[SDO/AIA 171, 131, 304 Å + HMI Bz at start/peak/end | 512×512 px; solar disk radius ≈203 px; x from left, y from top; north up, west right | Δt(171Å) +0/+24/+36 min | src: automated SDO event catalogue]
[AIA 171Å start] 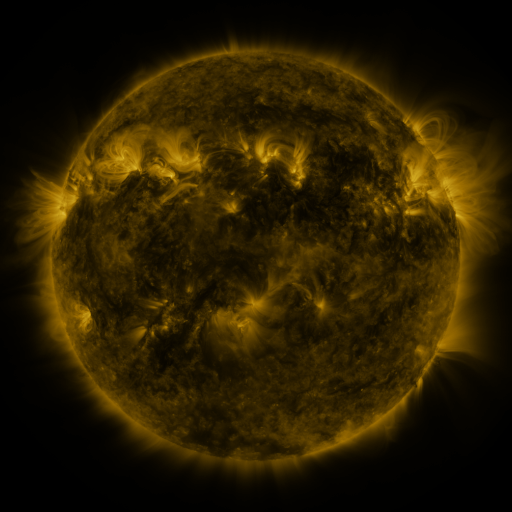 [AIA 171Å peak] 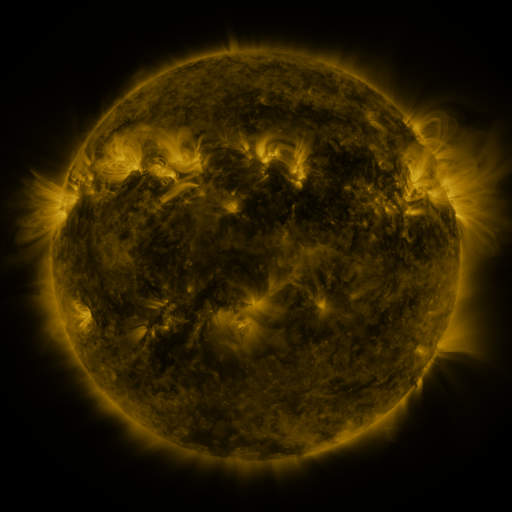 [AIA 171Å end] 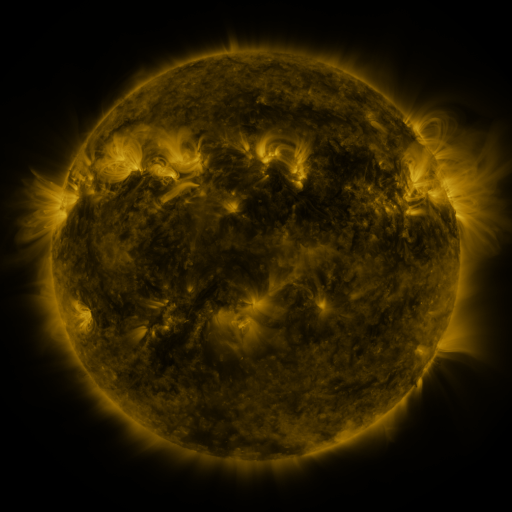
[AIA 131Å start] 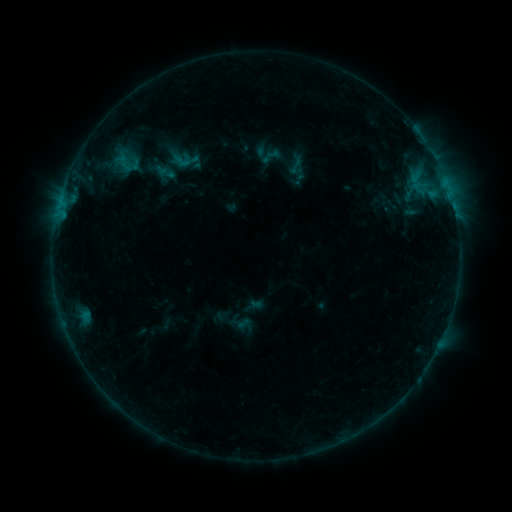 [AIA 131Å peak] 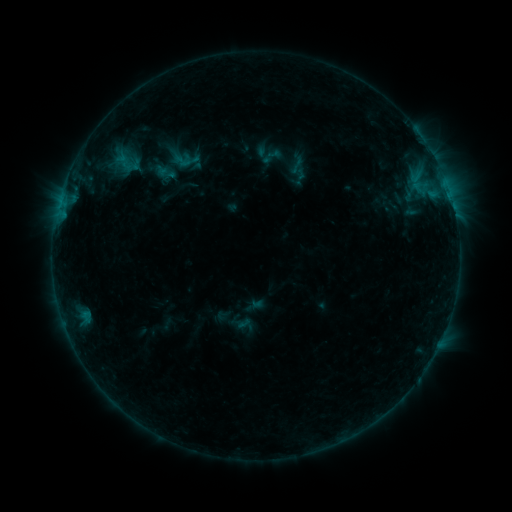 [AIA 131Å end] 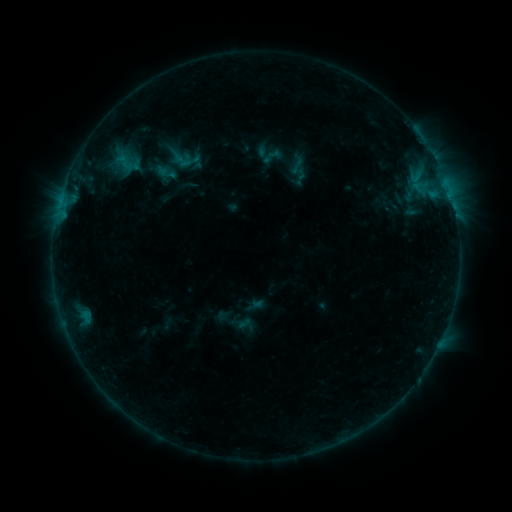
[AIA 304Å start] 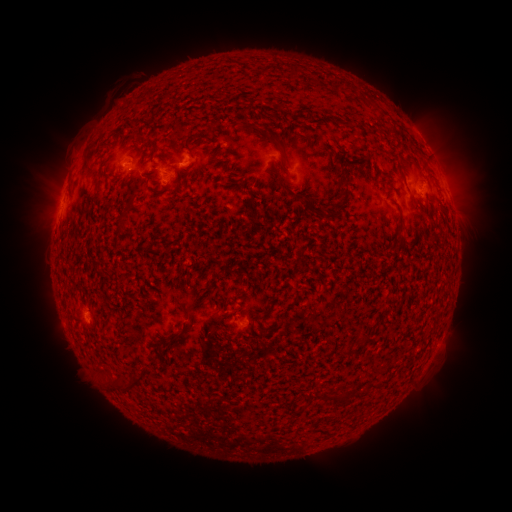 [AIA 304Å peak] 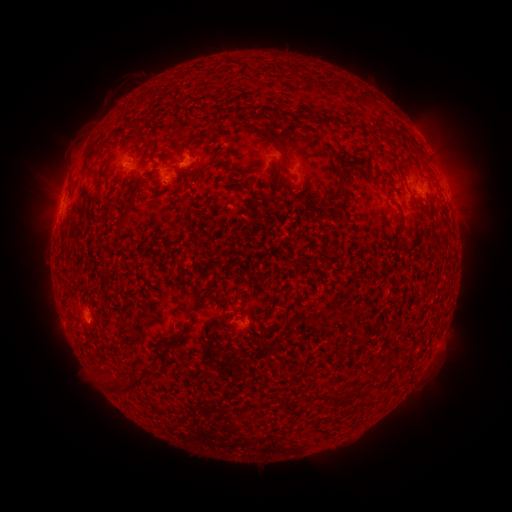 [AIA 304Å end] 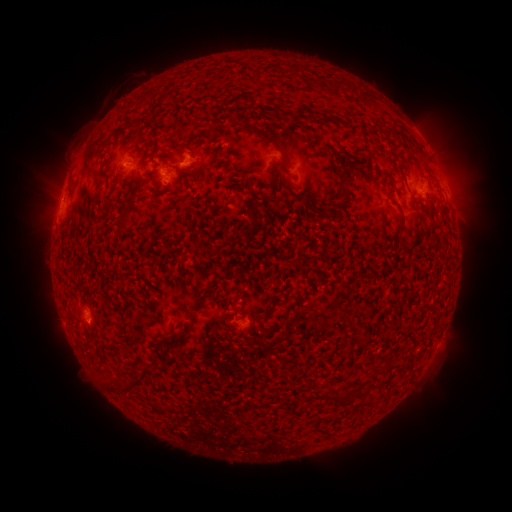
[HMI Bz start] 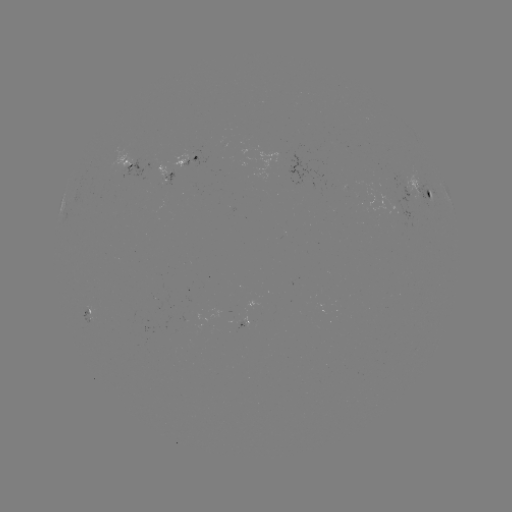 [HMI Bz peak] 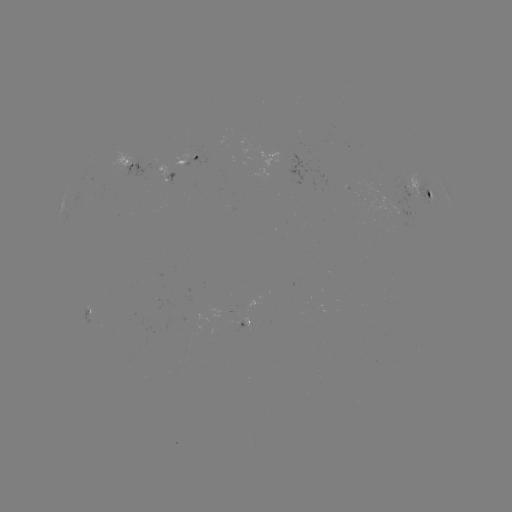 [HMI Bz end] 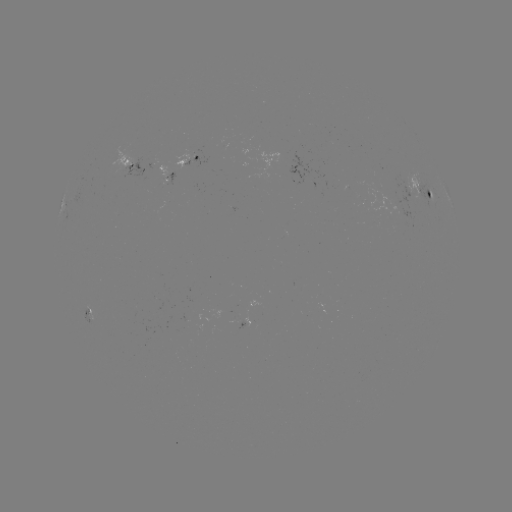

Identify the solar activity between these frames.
emerging-flux region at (167, 176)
